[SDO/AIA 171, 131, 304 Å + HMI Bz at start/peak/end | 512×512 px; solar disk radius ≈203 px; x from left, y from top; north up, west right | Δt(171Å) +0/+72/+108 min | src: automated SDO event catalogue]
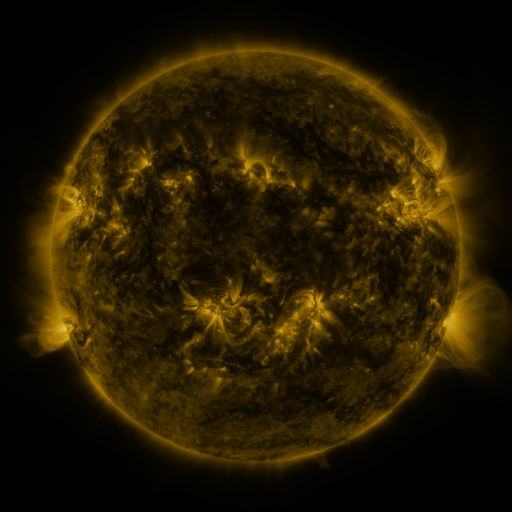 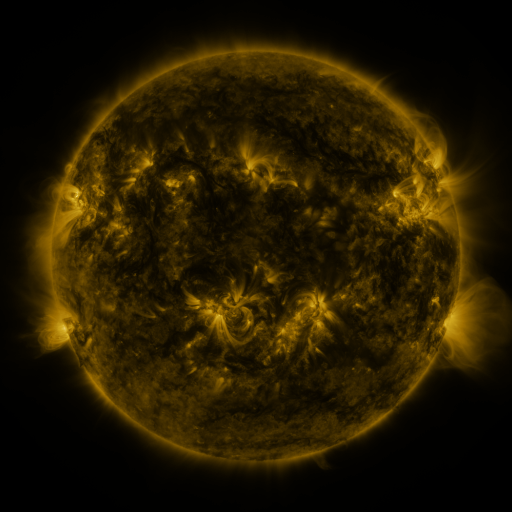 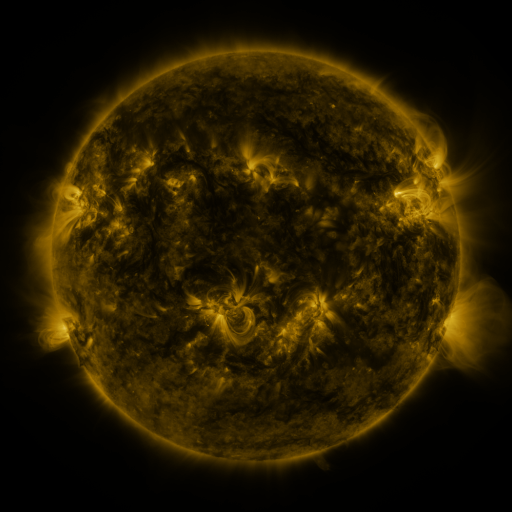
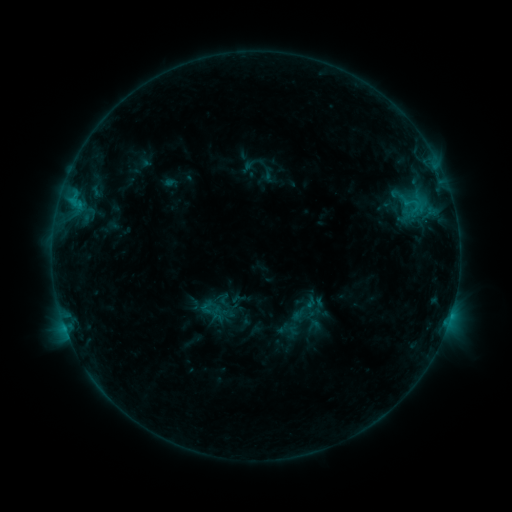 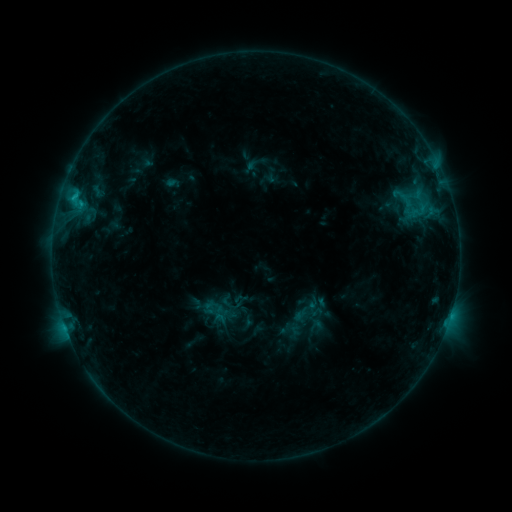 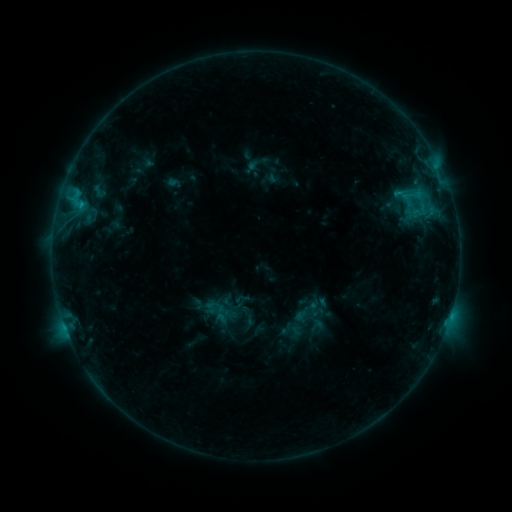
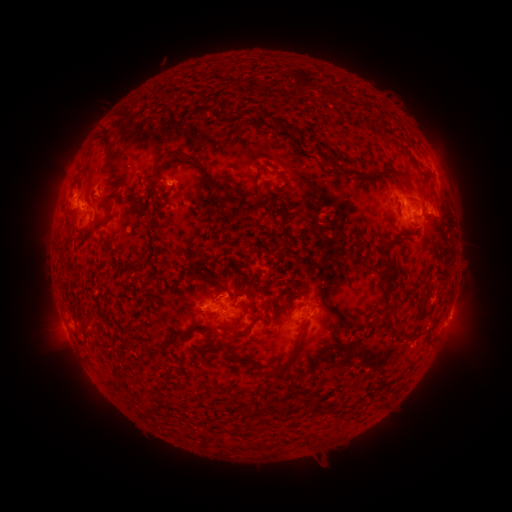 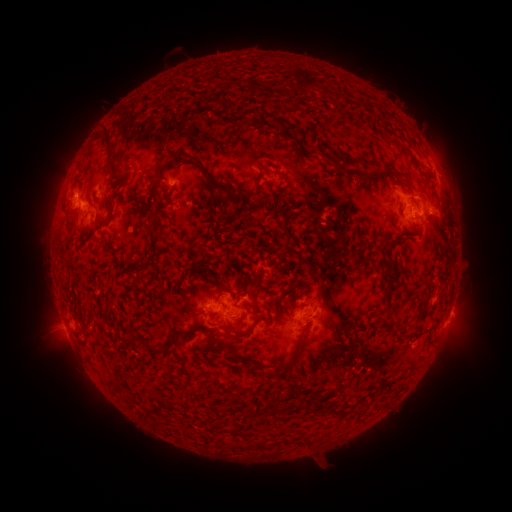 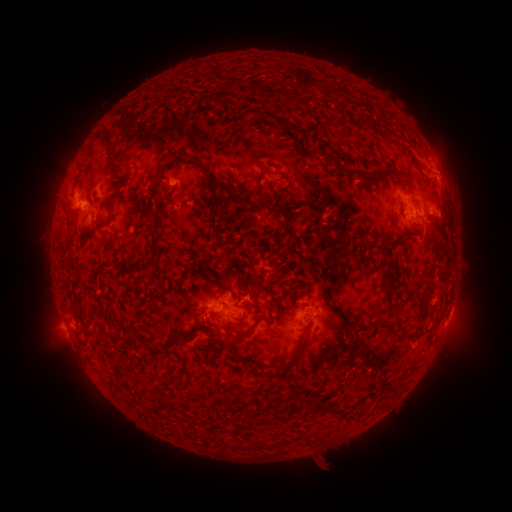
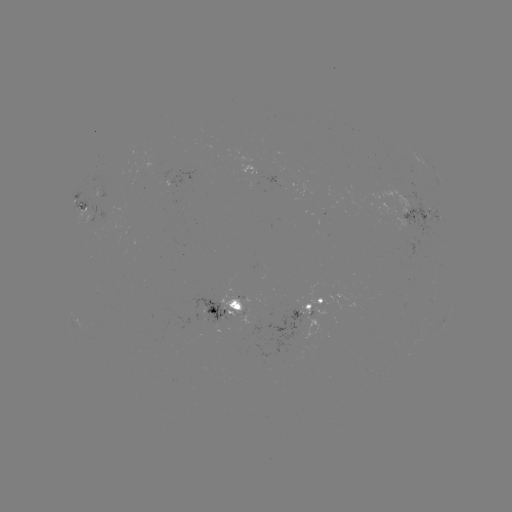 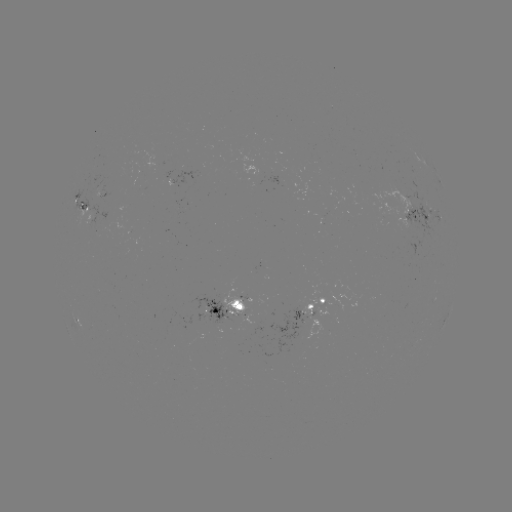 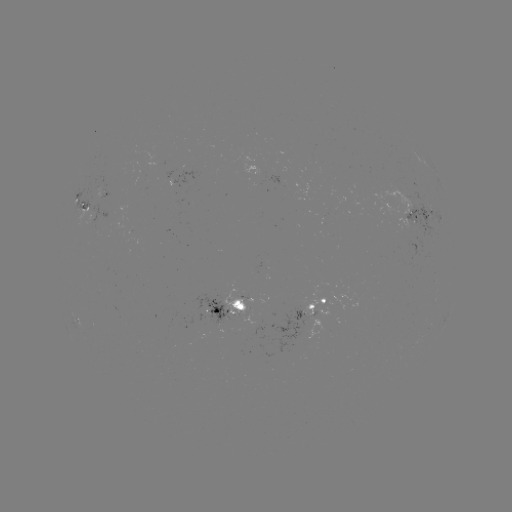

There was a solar emerging-flux region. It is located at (101, 197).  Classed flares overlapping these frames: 1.